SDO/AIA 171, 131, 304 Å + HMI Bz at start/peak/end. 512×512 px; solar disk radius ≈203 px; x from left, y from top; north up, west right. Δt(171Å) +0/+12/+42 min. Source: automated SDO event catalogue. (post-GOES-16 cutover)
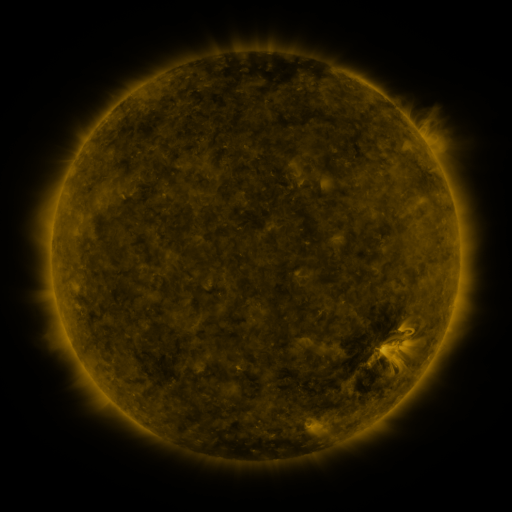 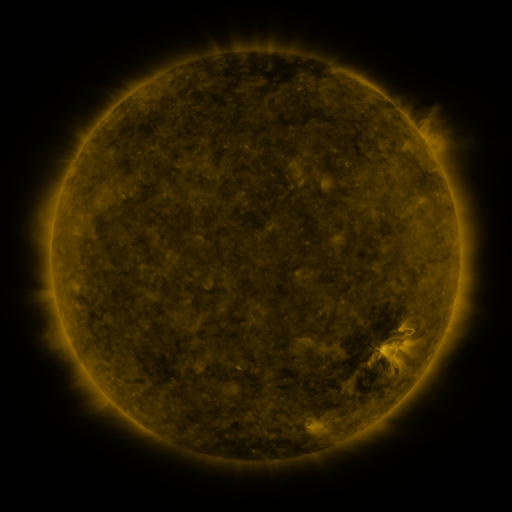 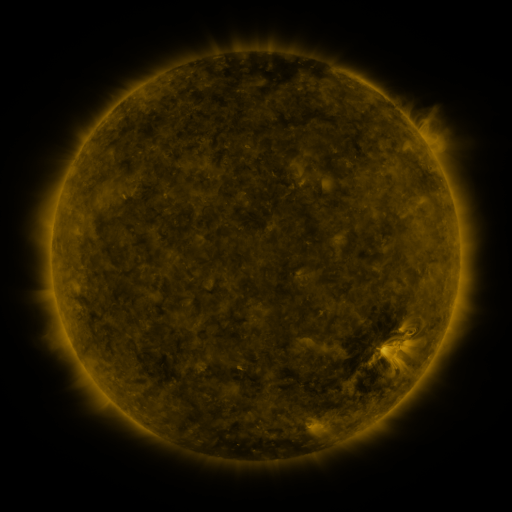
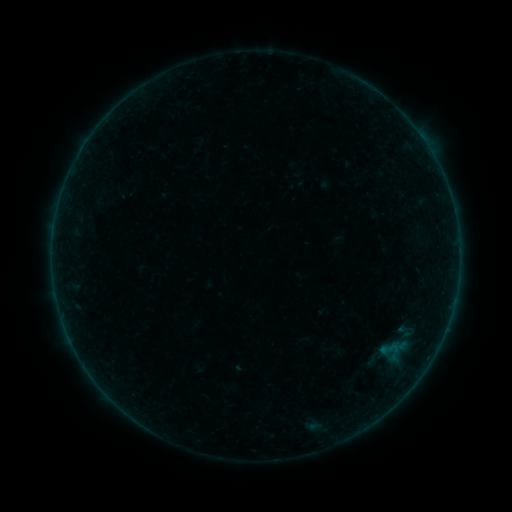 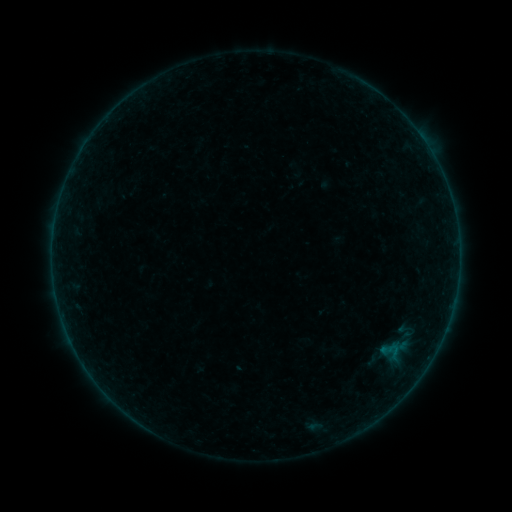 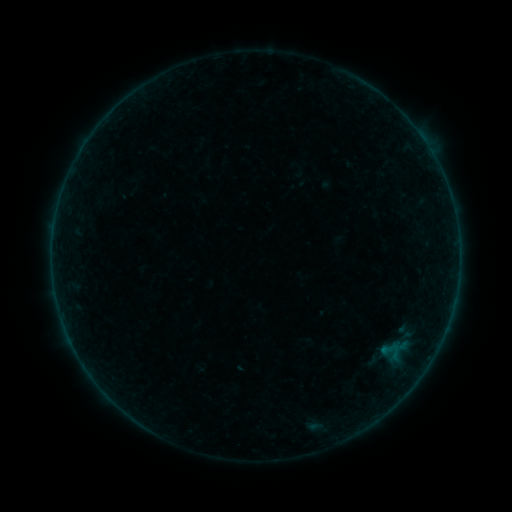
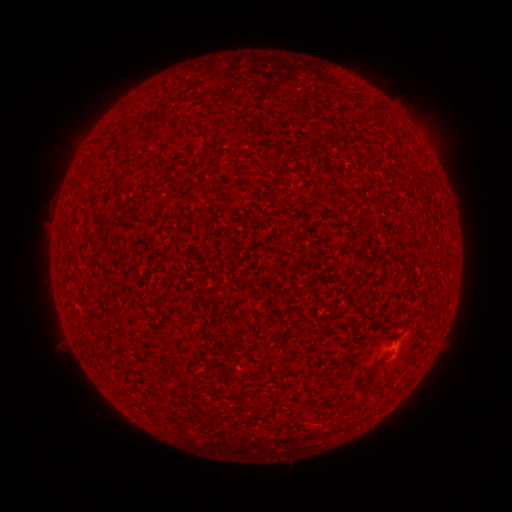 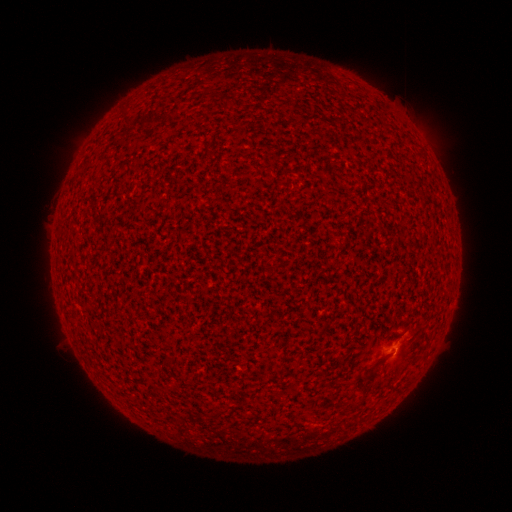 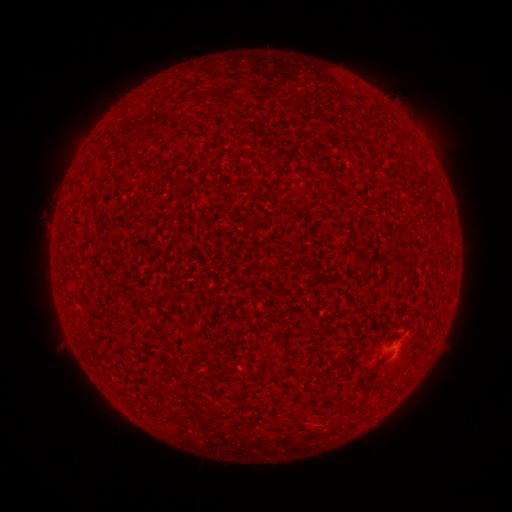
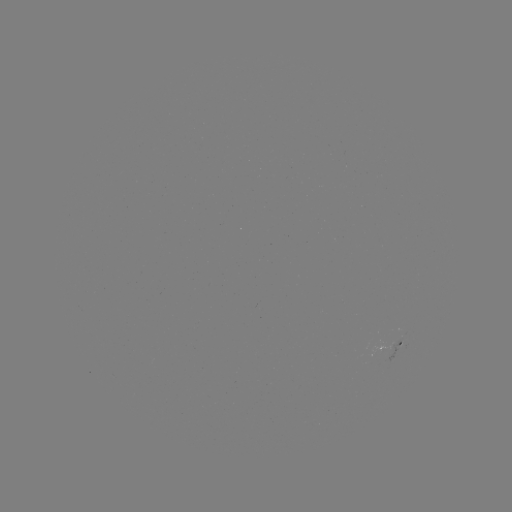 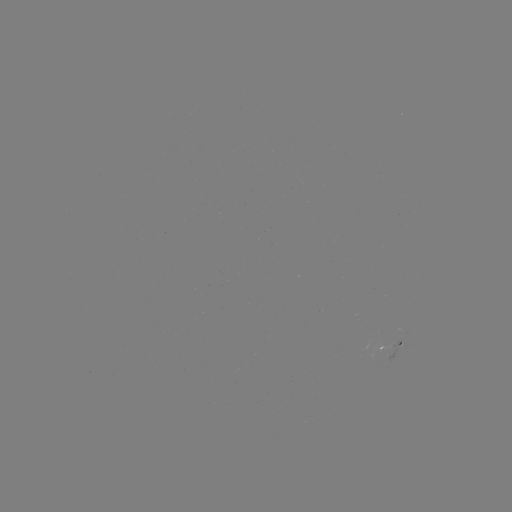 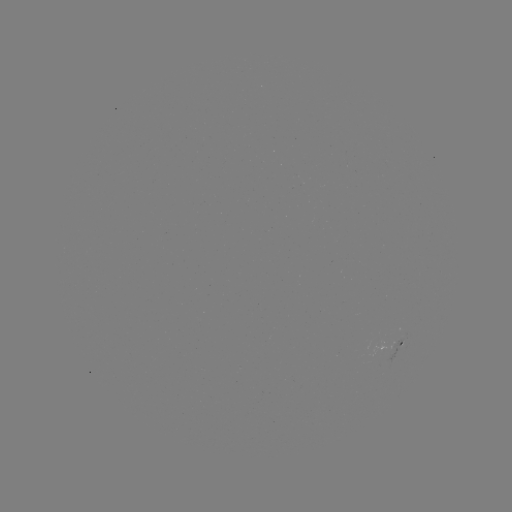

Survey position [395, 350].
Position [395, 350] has A7.9 flare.